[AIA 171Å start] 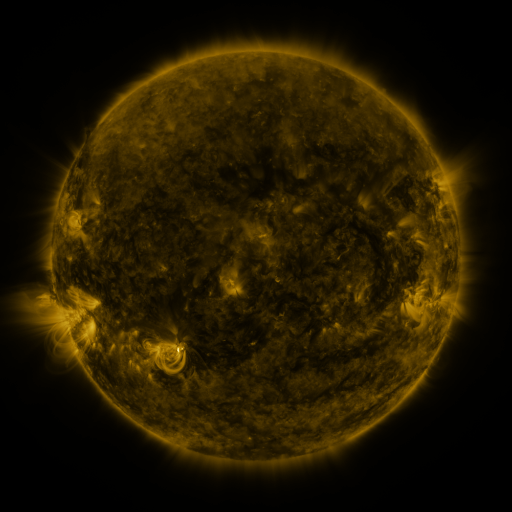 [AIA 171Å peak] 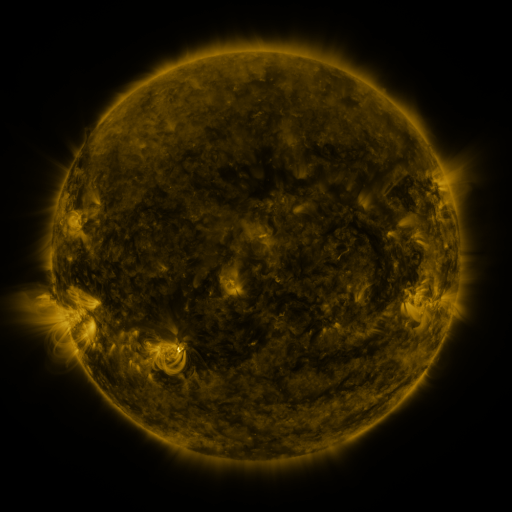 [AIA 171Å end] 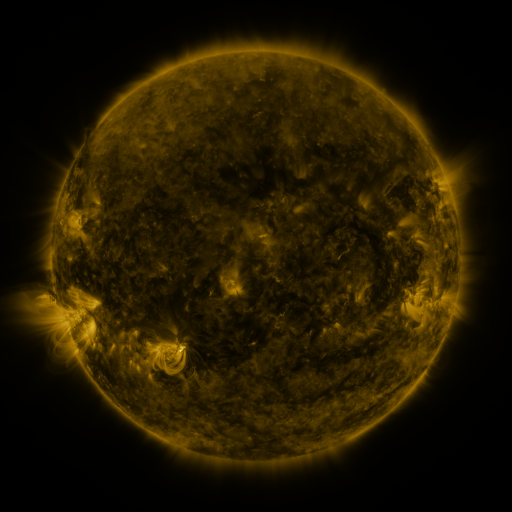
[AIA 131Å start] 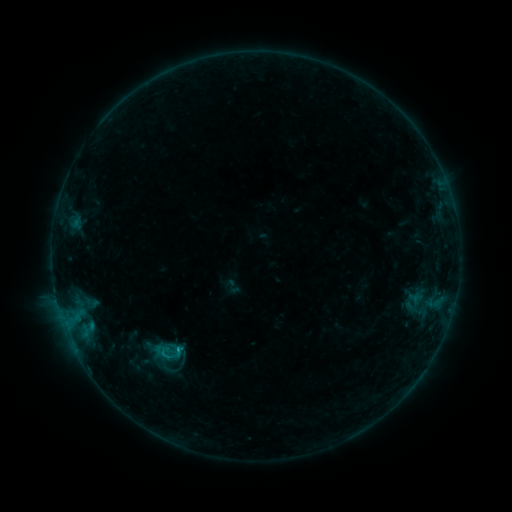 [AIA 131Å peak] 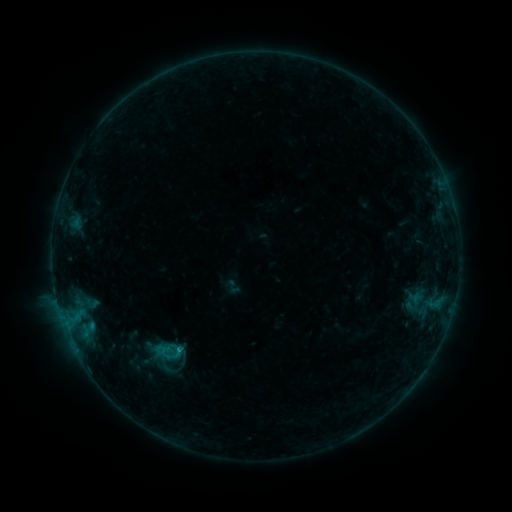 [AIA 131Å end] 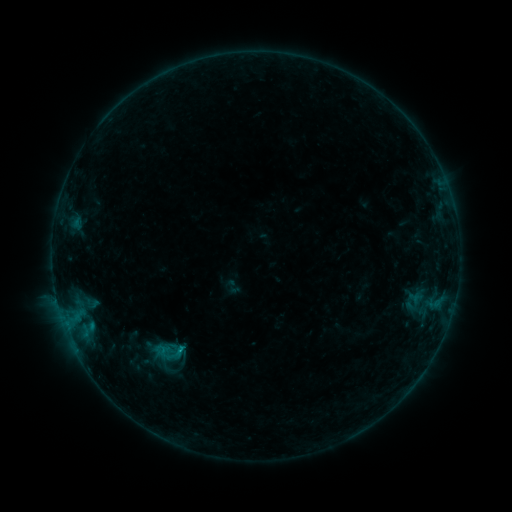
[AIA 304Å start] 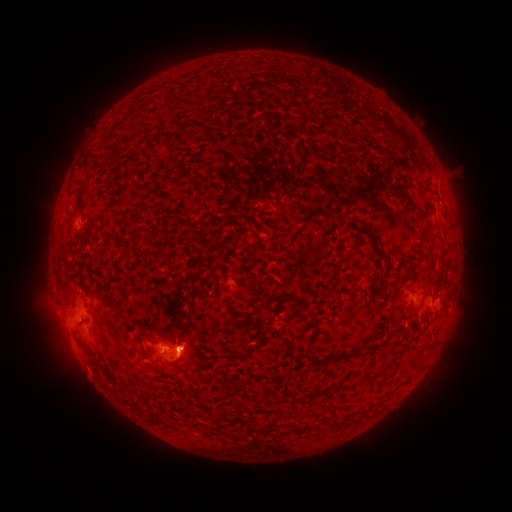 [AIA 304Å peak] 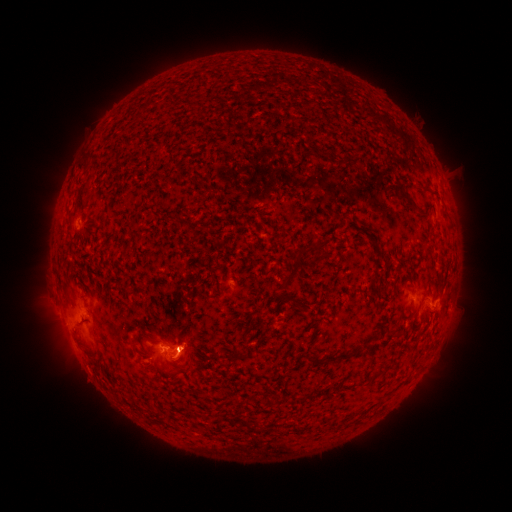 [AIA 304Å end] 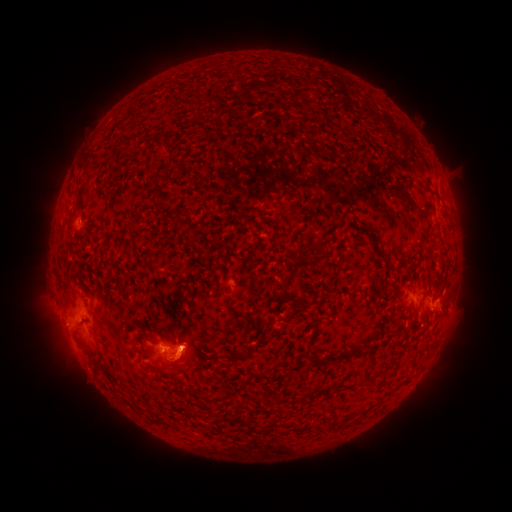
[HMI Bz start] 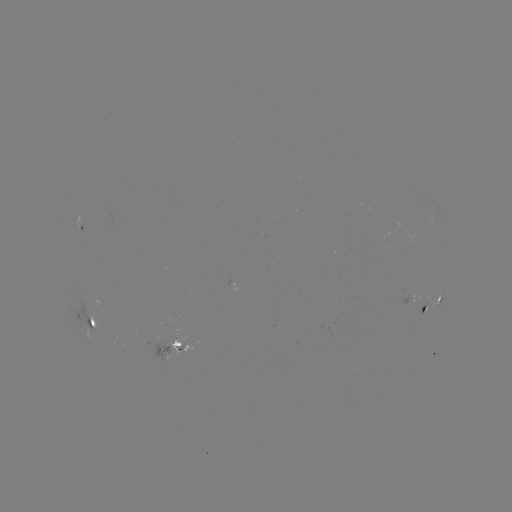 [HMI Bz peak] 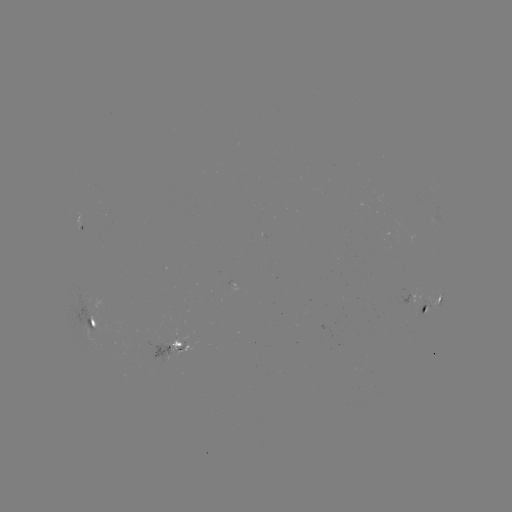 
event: flare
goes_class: C1.0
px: (181, 350)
